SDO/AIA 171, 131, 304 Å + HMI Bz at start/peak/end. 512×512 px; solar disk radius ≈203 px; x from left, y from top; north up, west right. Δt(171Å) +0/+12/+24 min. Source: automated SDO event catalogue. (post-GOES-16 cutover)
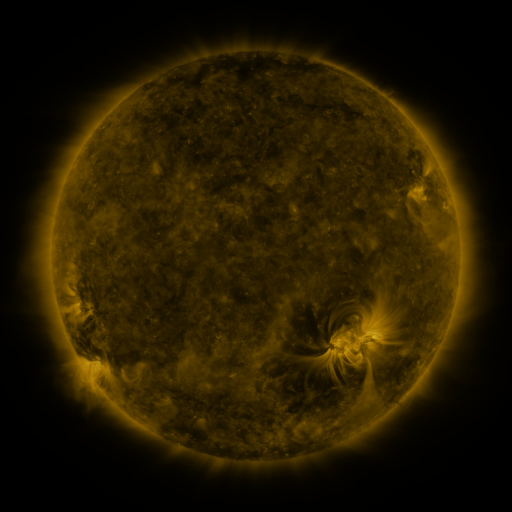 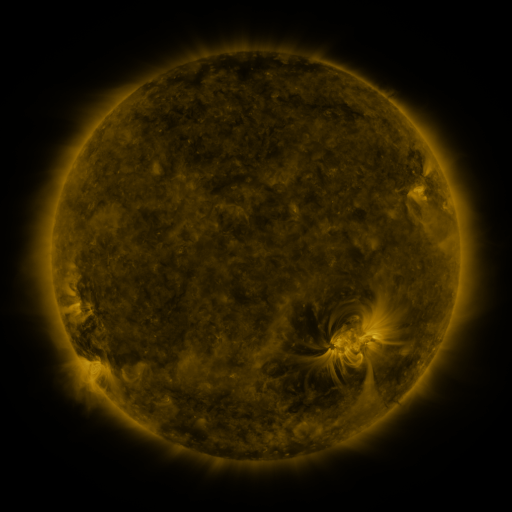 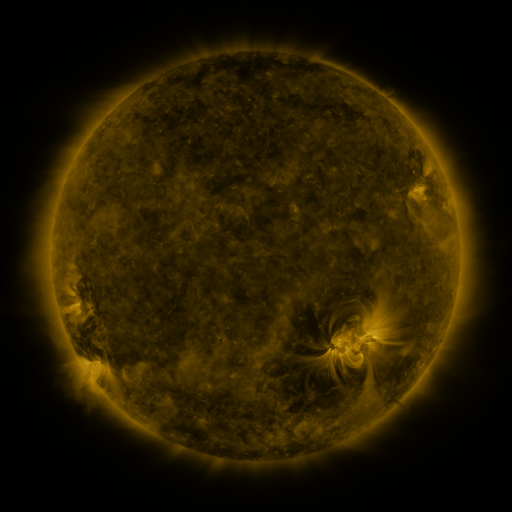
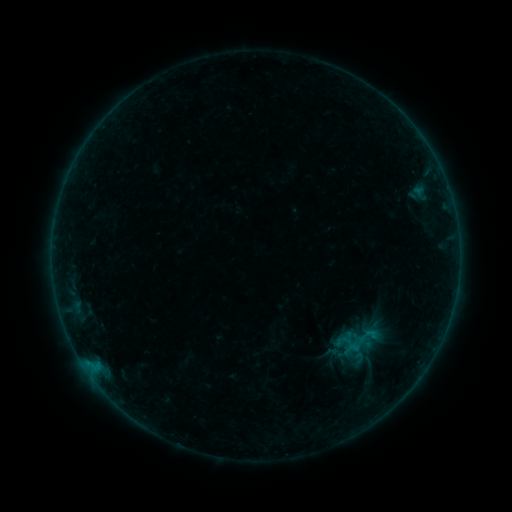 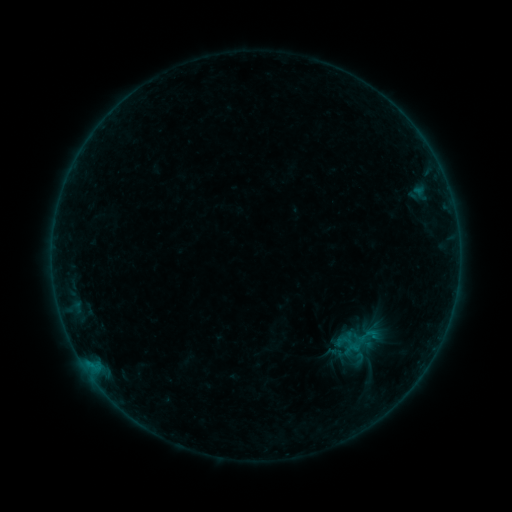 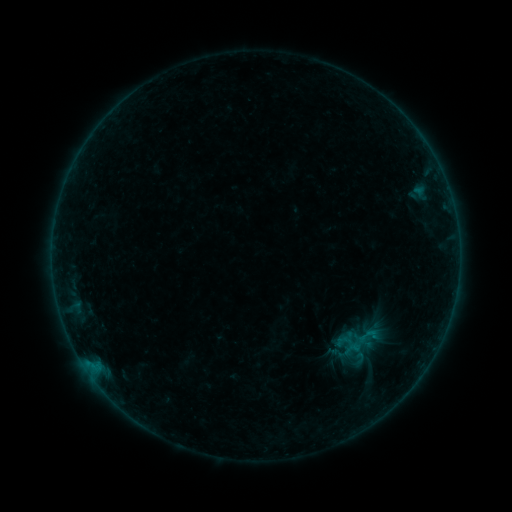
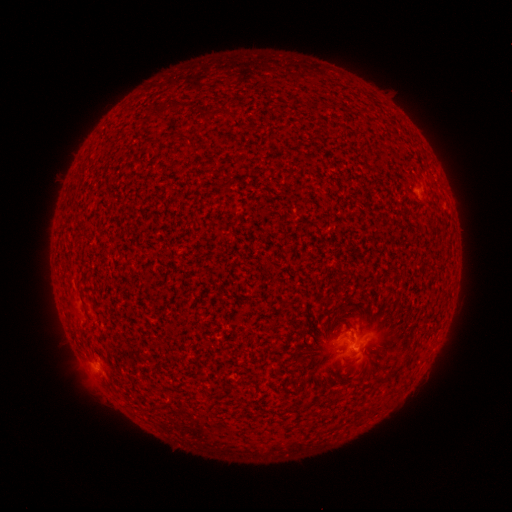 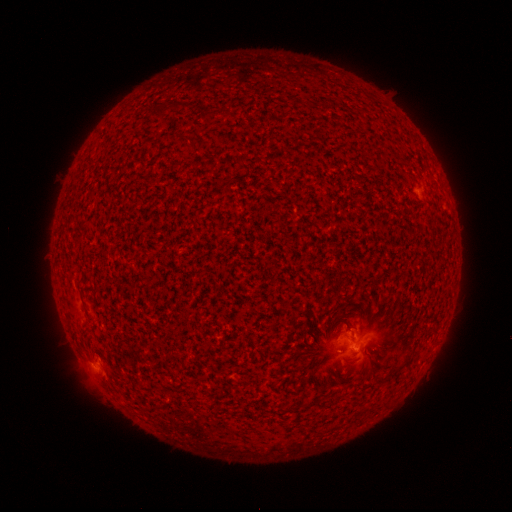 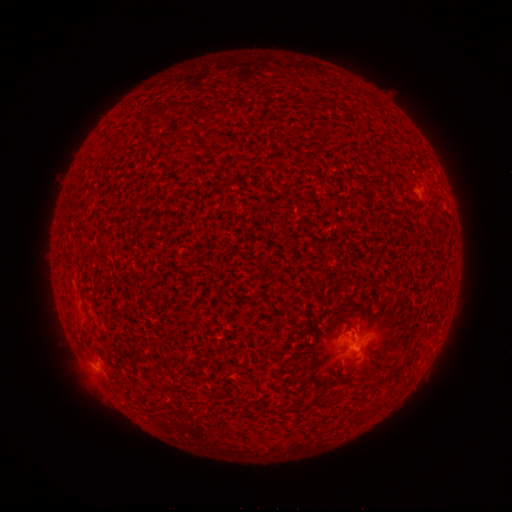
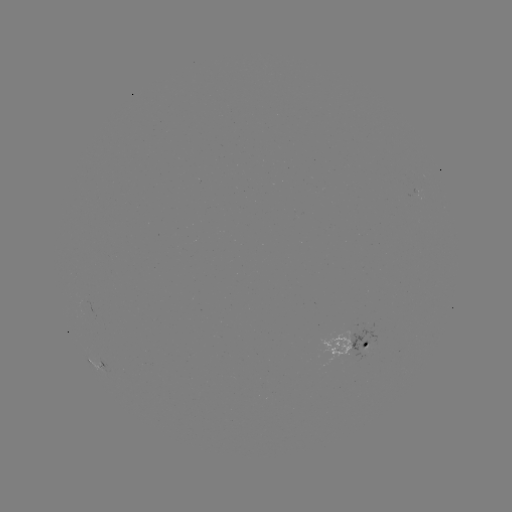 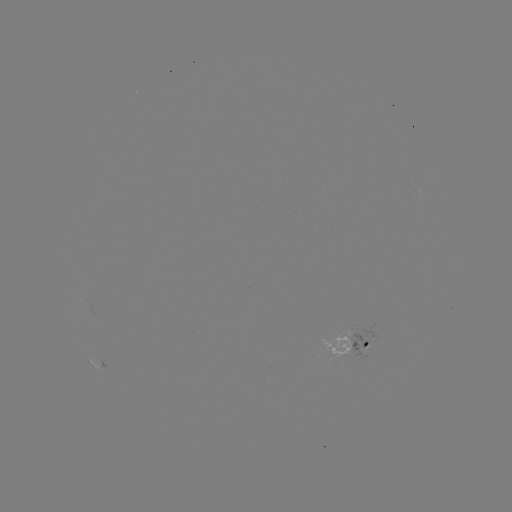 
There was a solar flare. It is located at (91, 363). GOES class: B2.3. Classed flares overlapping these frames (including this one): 1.